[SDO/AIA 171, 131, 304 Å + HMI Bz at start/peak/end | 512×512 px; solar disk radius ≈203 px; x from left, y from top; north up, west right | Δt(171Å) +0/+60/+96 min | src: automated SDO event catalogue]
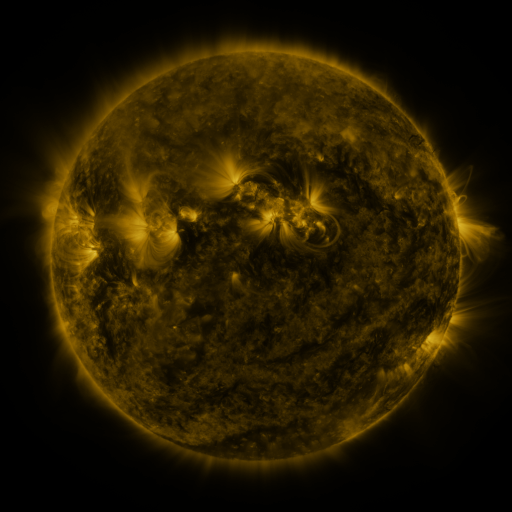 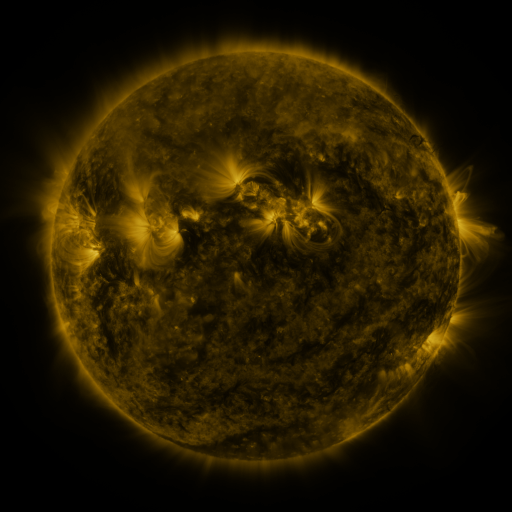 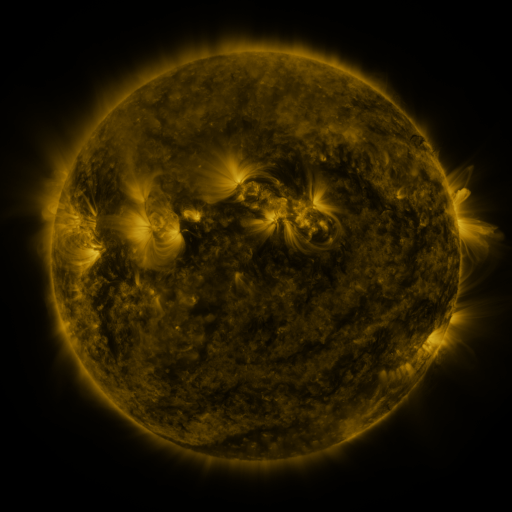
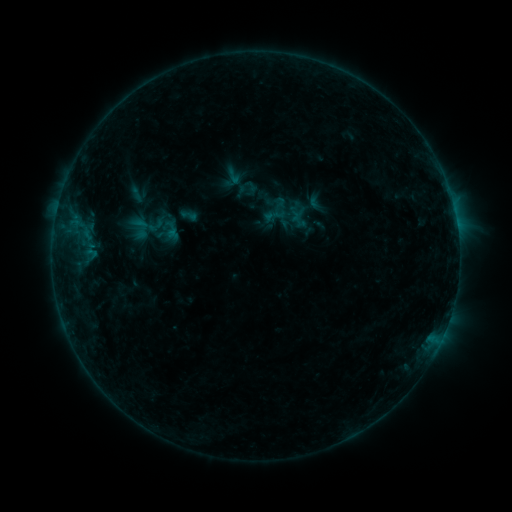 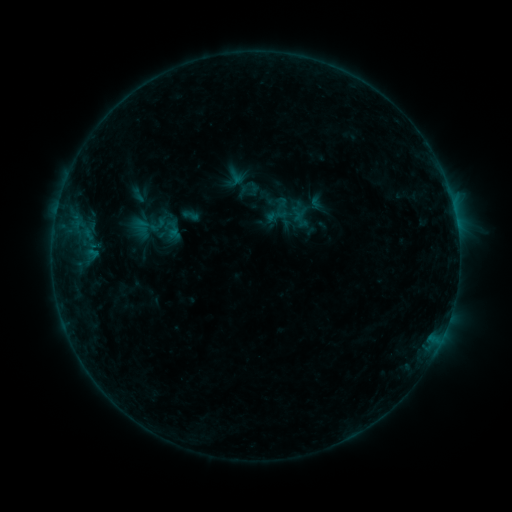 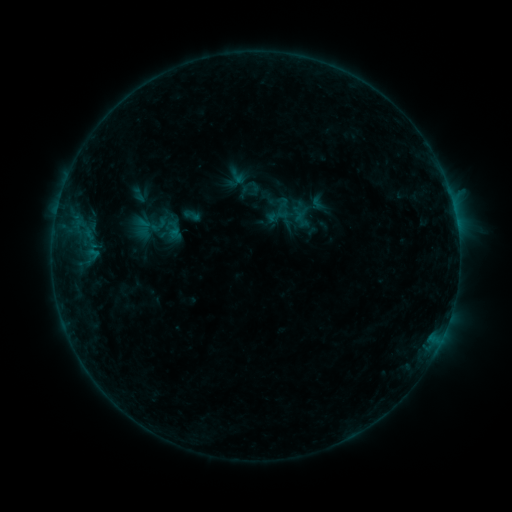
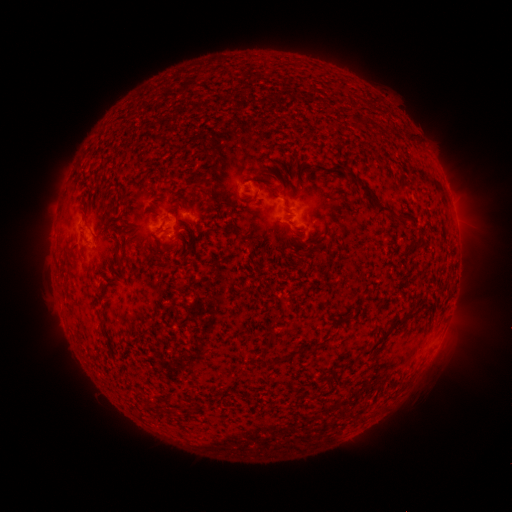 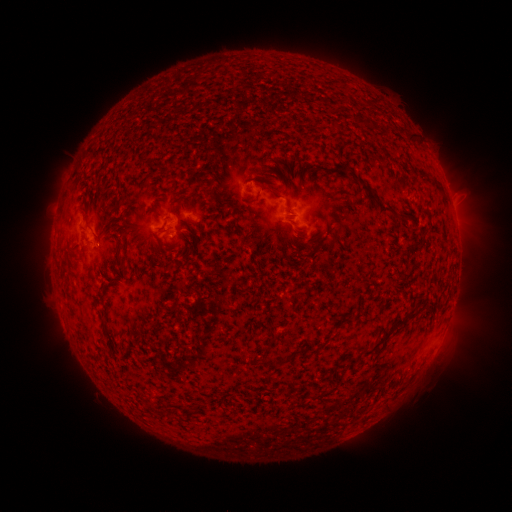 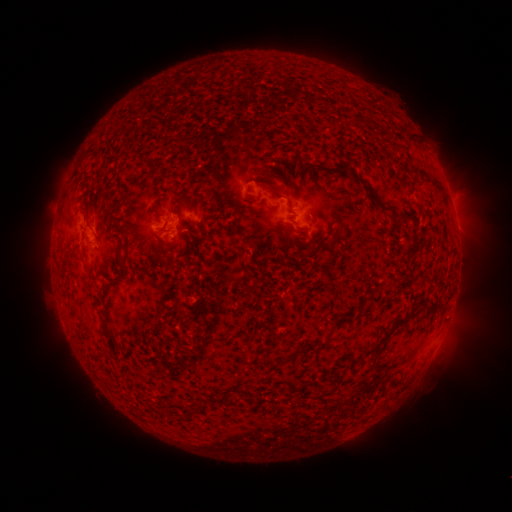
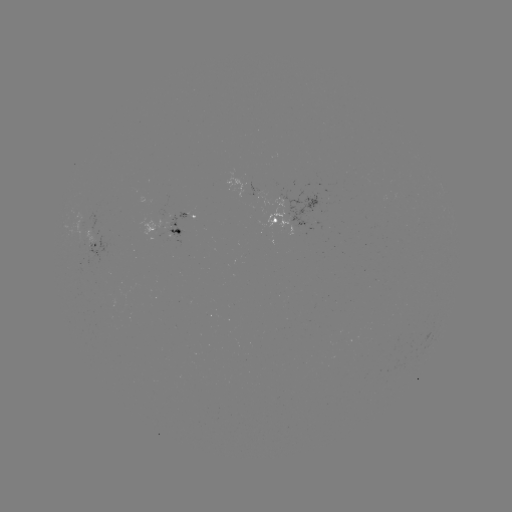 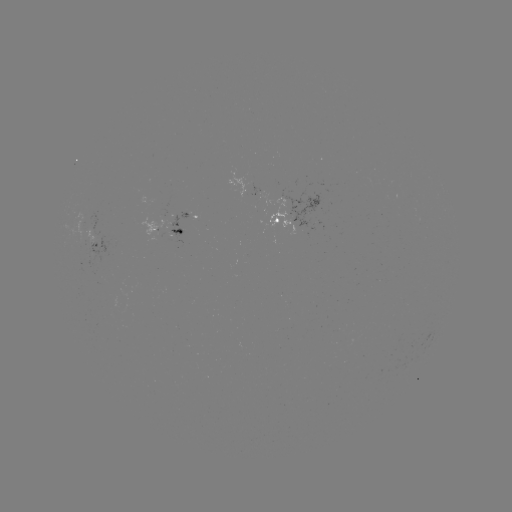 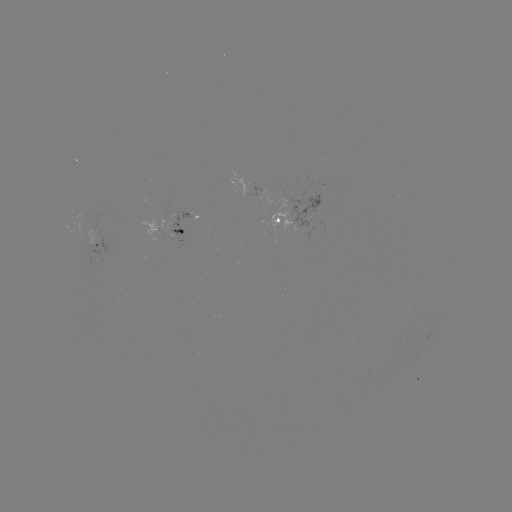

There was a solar emerging-flux region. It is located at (88, 238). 